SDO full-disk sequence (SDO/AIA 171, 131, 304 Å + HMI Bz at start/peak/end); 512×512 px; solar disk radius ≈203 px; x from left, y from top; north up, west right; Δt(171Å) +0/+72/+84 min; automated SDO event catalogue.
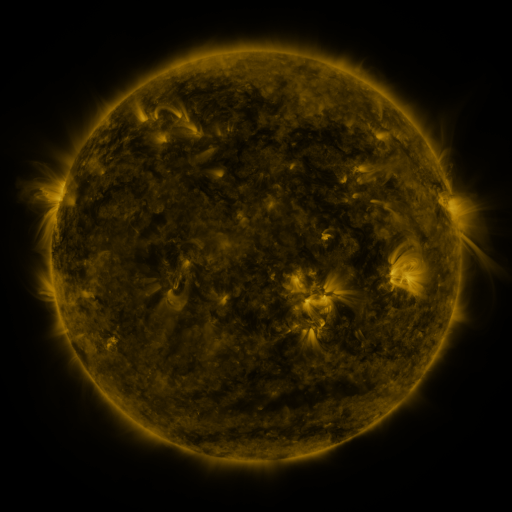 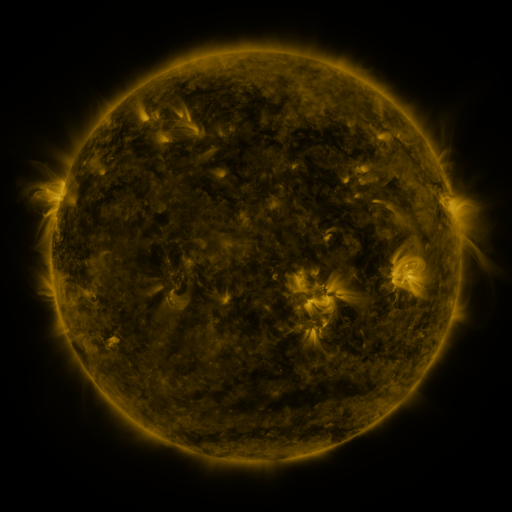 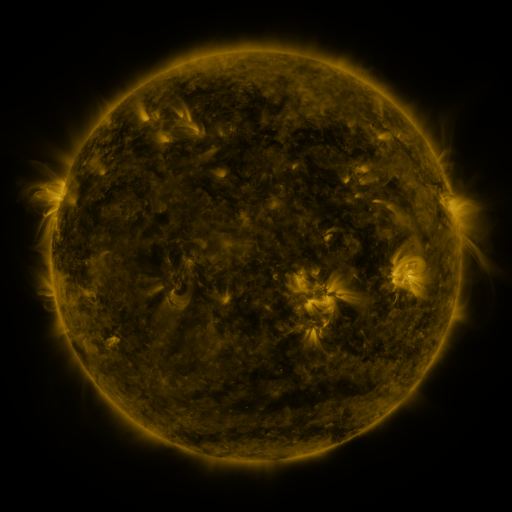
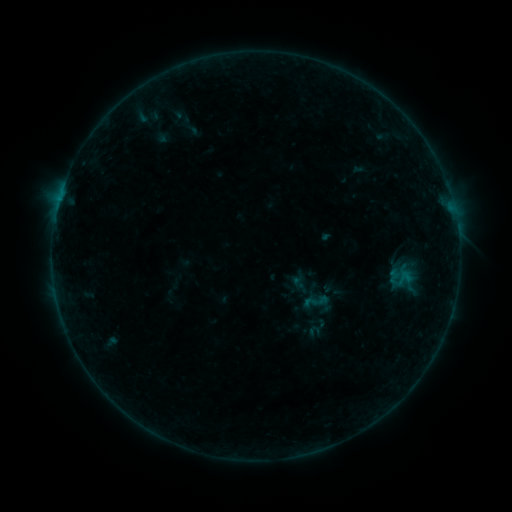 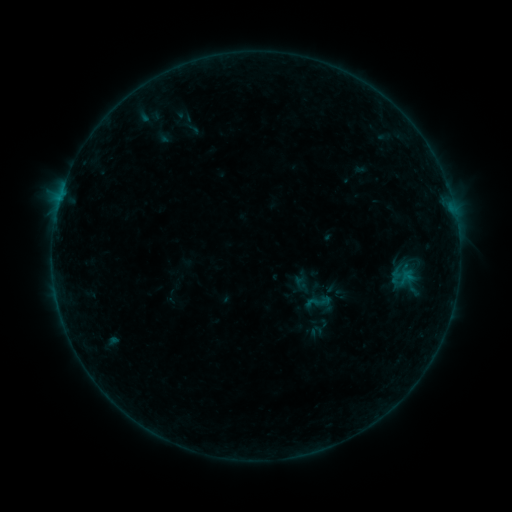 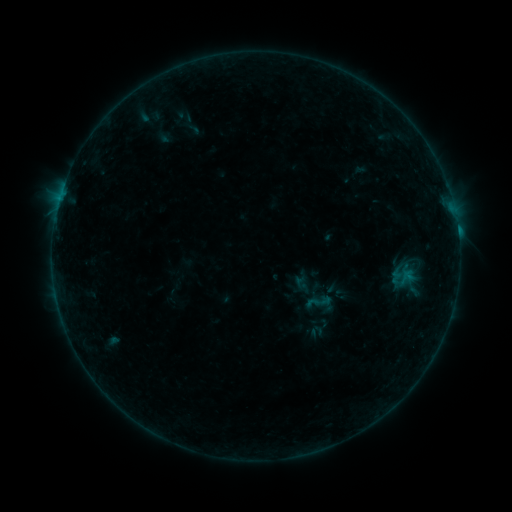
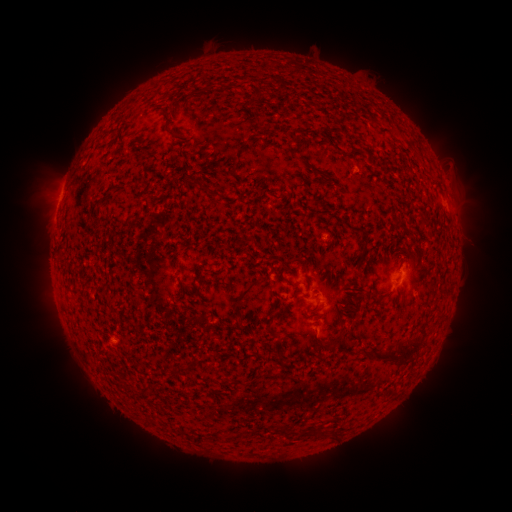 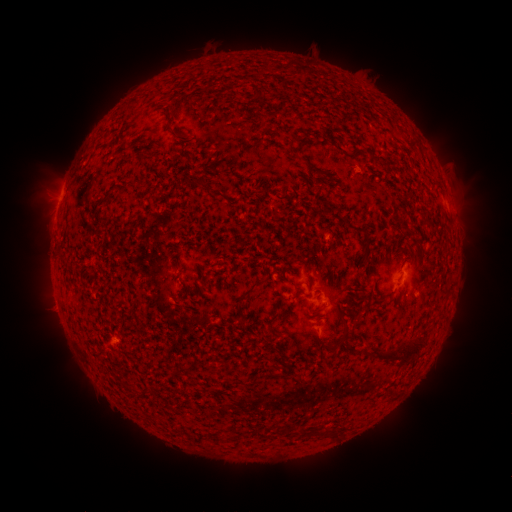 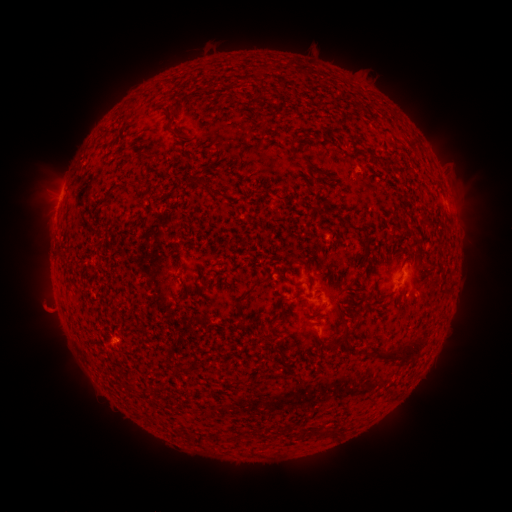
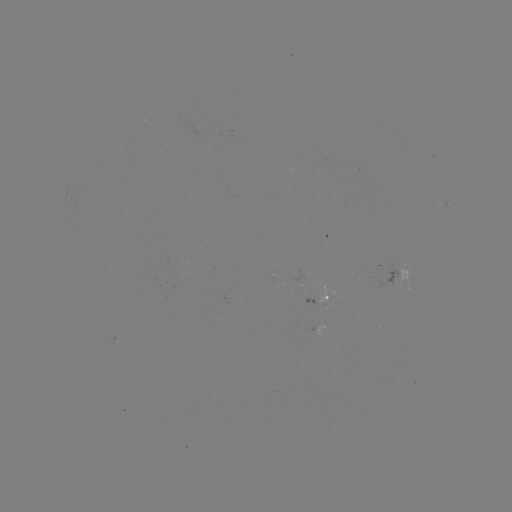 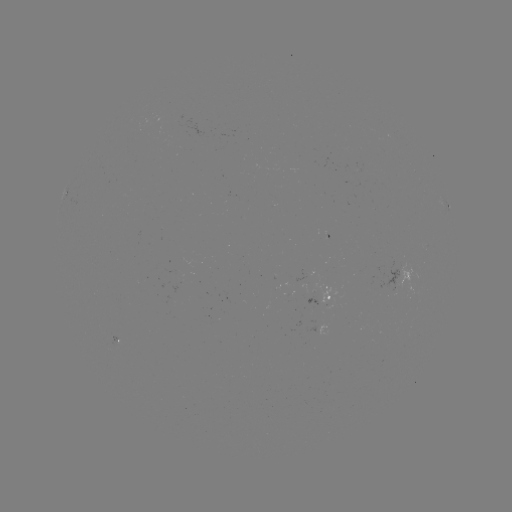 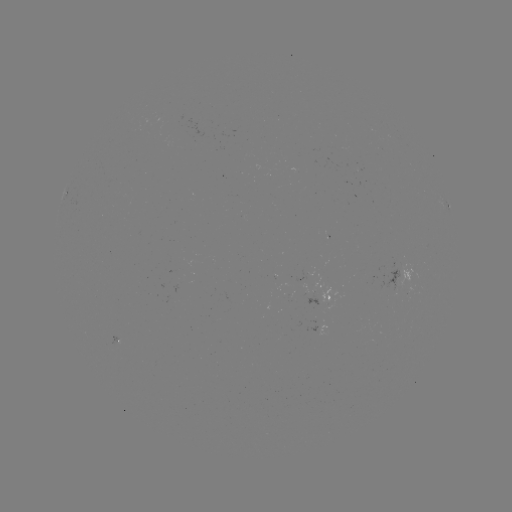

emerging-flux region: <bbox>109, 335, 121, 341</bbox>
